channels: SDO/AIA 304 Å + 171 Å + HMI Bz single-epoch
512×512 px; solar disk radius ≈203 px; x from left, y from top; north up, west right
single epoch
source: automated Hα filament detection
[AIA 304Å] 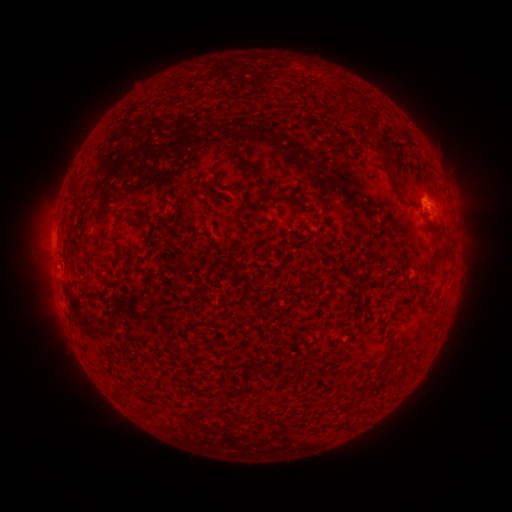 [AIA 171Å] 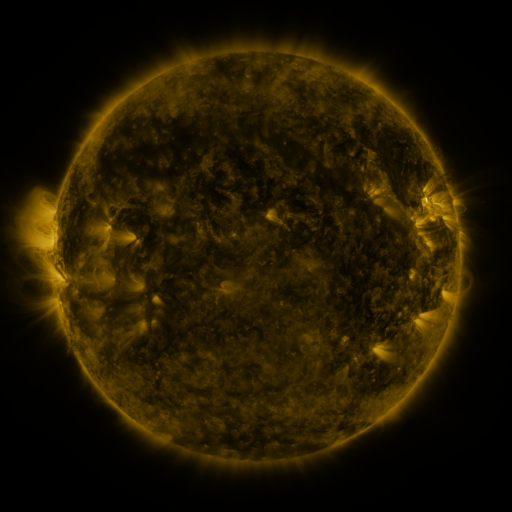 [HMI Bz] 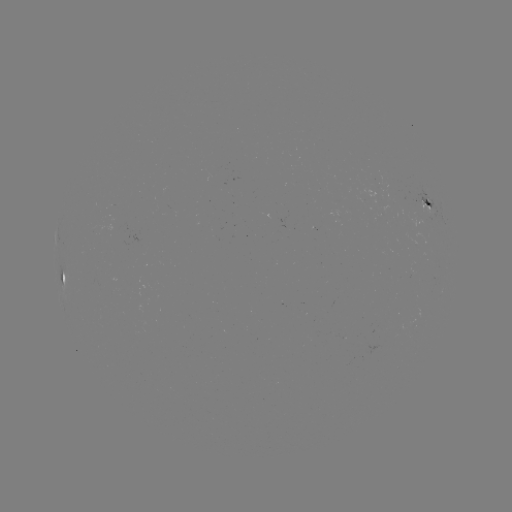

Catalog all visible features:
filament: (338, 91)
filament: (405, 135)
filament: (386, 158)
filament: (250, 165)
filament: (261, 186)
filament: (280, 200)
filament: (134, 207)
filament: (434, 263)
filament: (62, 280)
filament: (425, 289)
filament: (348, 420)
